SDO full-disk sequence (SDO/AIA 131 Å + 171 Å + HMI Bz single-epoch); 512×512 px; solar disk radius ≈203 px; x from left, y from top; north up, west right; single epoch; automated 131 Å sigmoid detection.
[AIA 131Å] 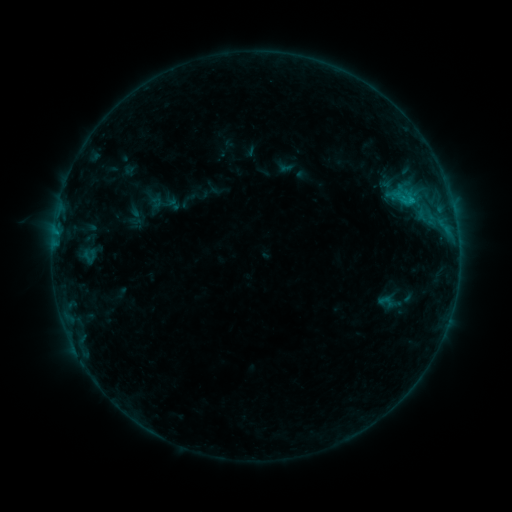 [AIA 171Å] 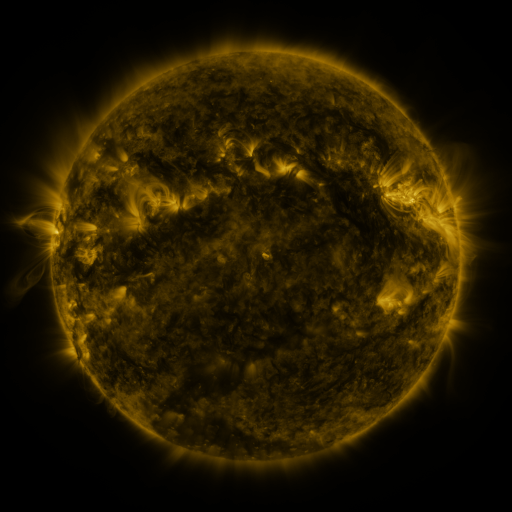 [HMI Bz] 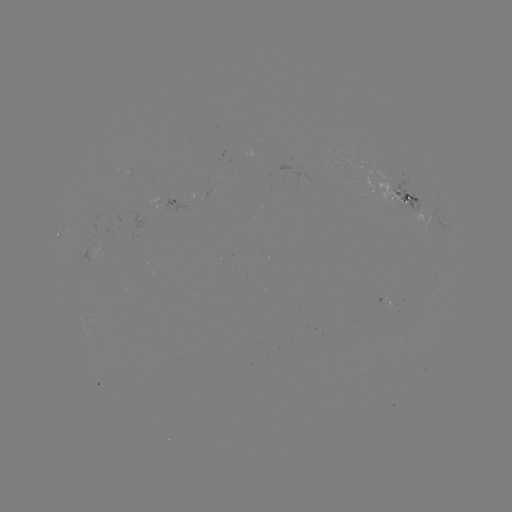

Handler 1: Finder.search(sigmoid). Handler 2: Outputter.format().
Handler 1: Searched sigmoid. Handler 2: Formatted (387, 302).